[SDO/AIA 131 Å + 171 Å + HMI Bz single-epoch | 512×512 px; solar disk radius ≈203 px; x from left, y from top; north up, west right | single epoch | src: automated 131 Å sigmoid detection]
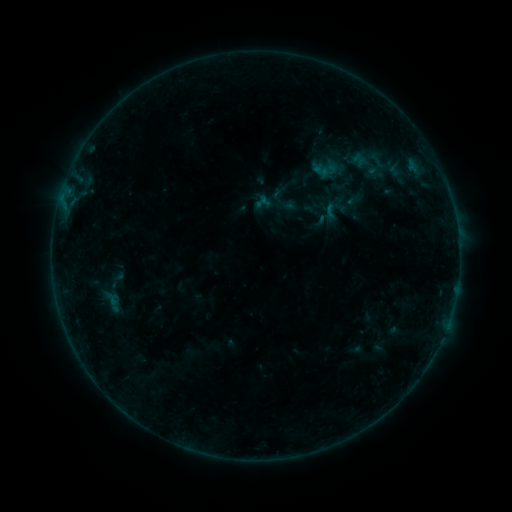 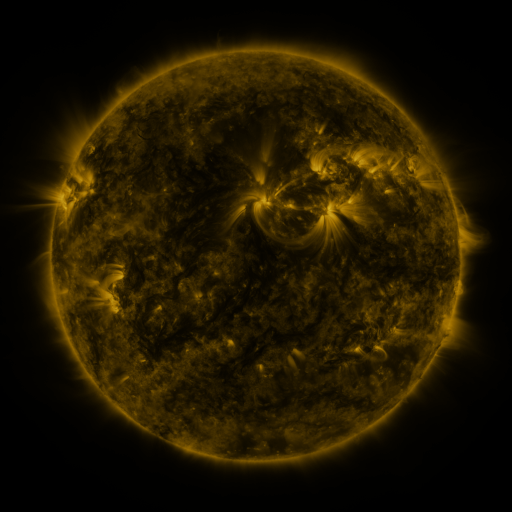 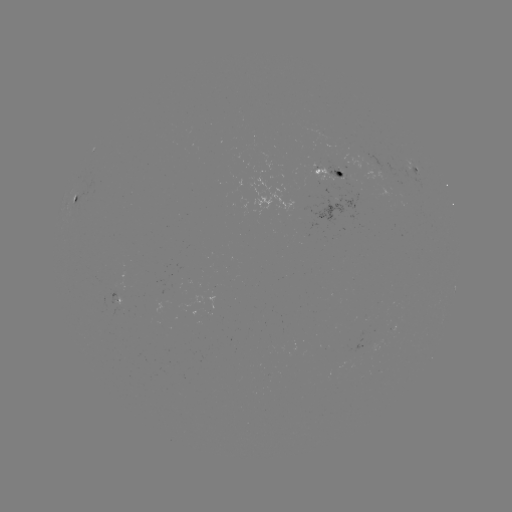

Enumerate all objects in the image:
sigmoid: (334, 206)
